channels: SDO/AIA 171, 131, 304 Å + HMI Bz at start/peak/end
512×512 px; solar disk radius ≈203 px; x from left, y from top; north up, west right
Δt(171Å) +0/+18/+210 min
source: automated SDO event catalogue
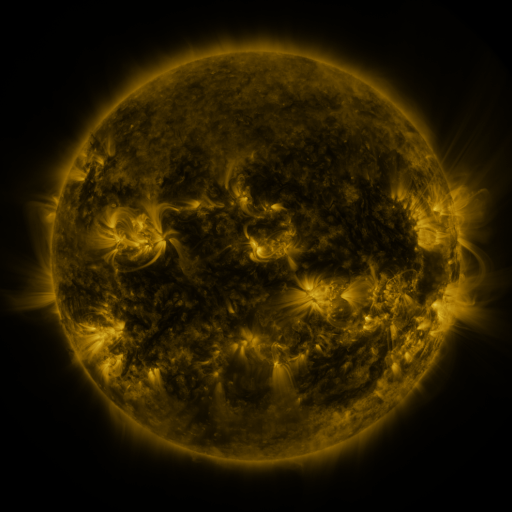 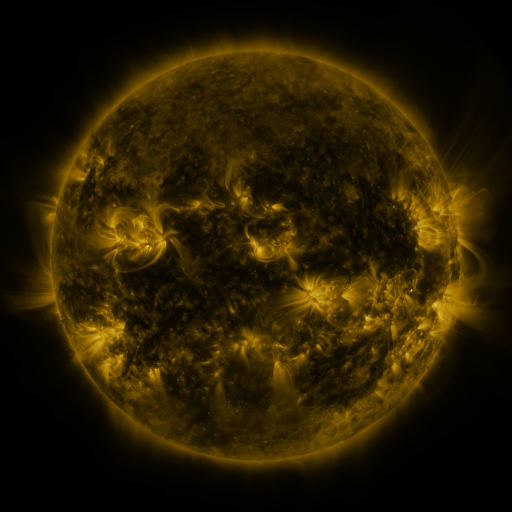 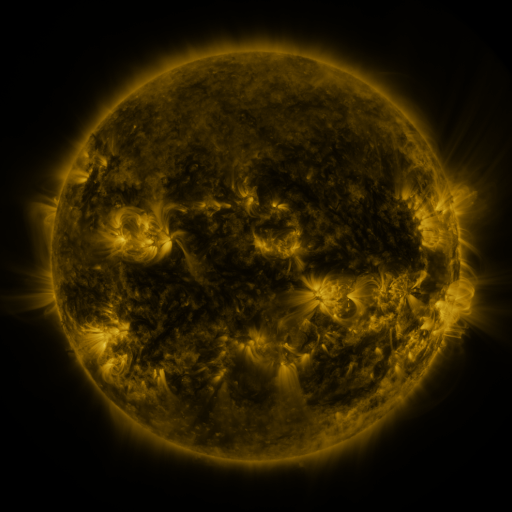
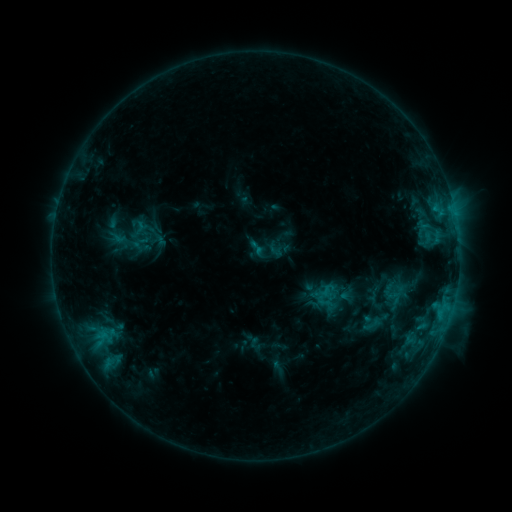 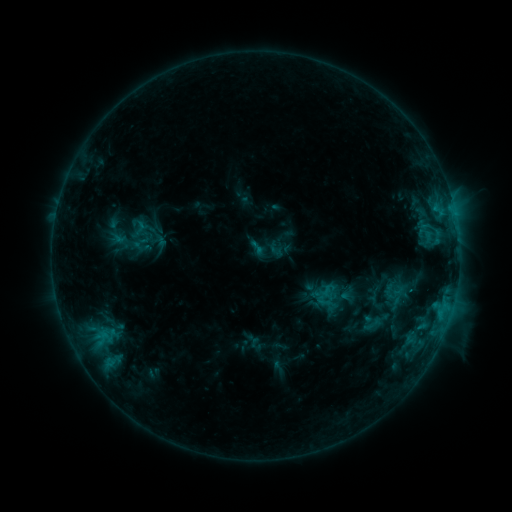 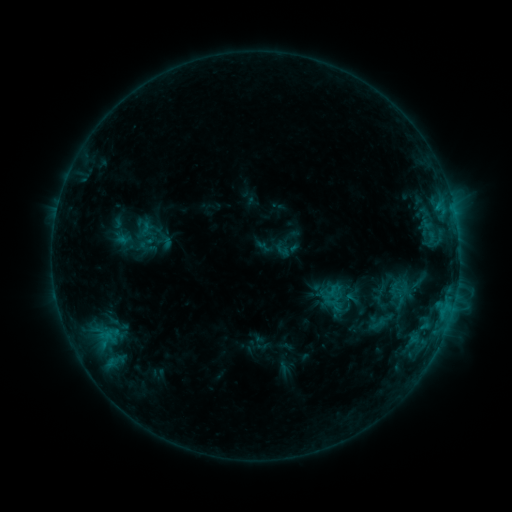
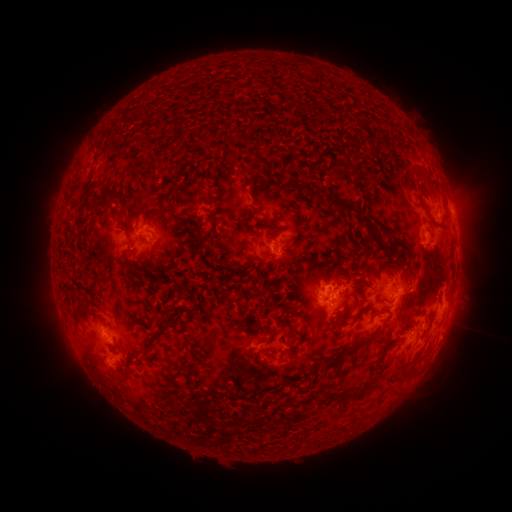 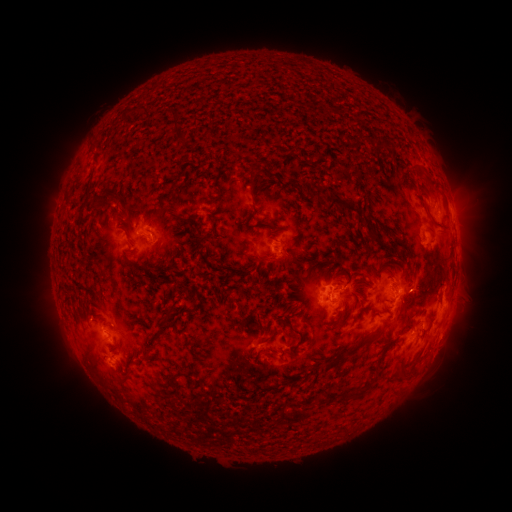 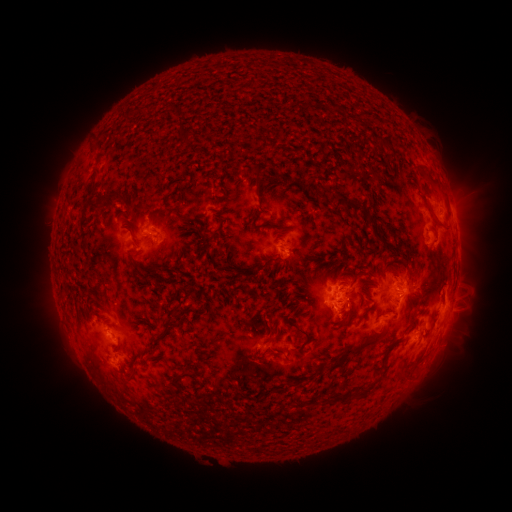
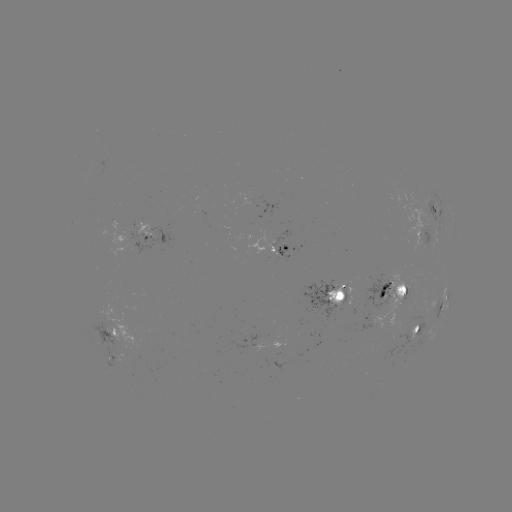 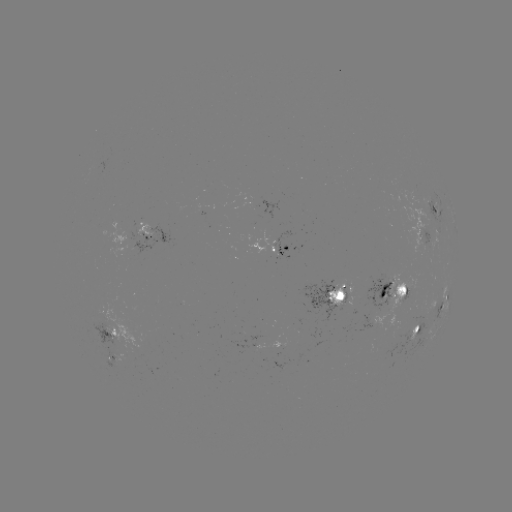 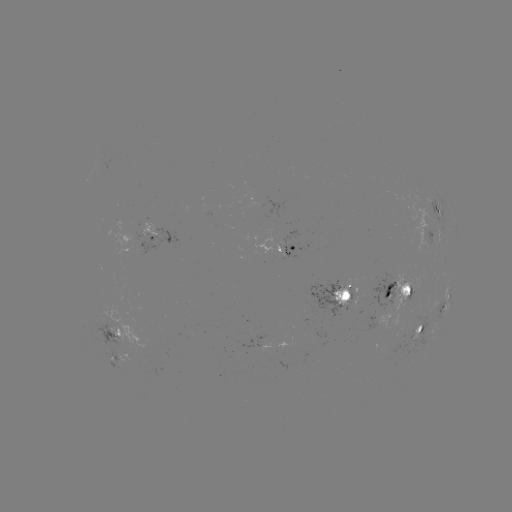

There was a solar flare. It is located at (410, 289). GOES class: C1.9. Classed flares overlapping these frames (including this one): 1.